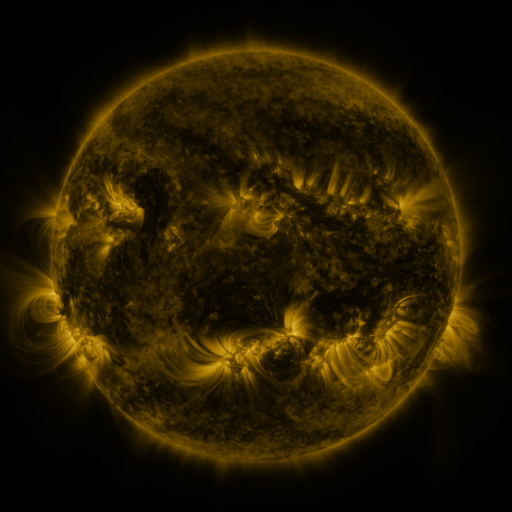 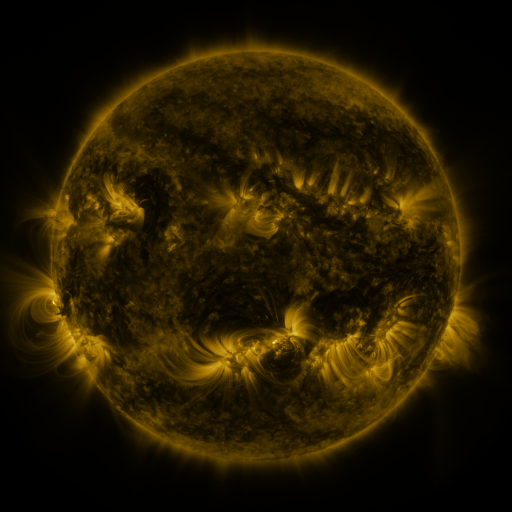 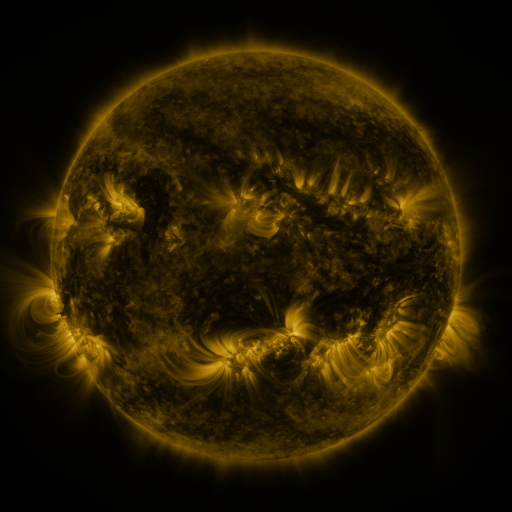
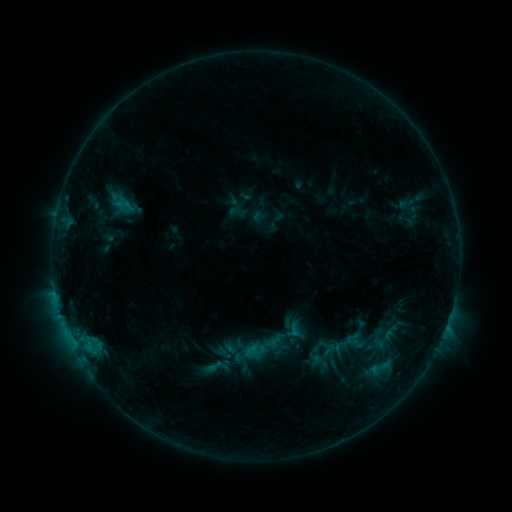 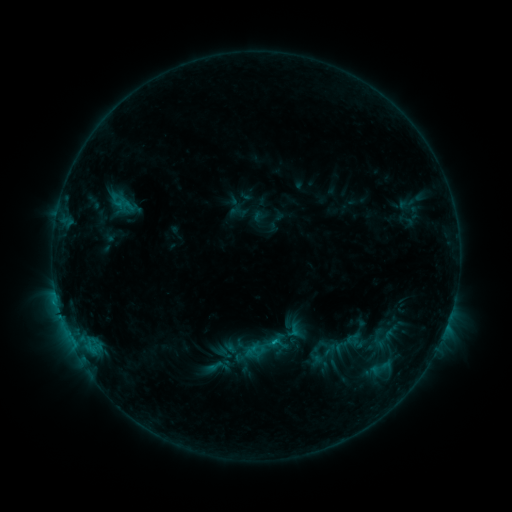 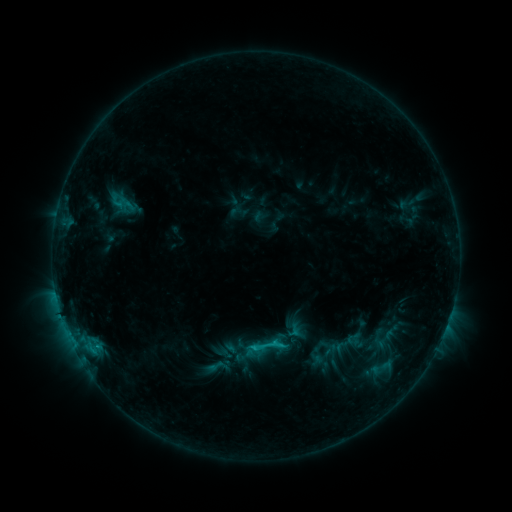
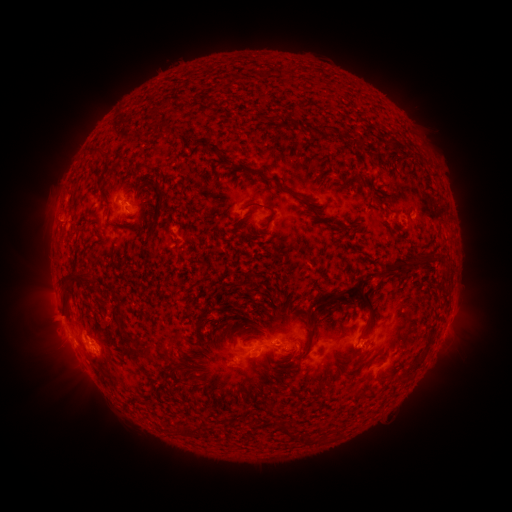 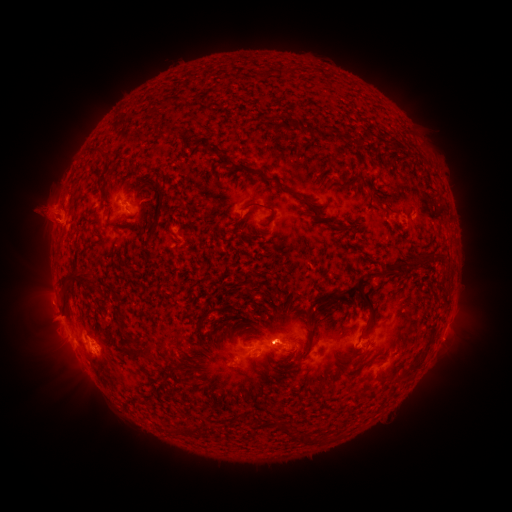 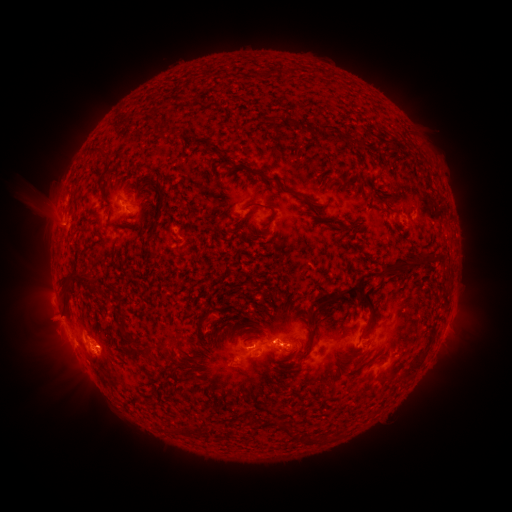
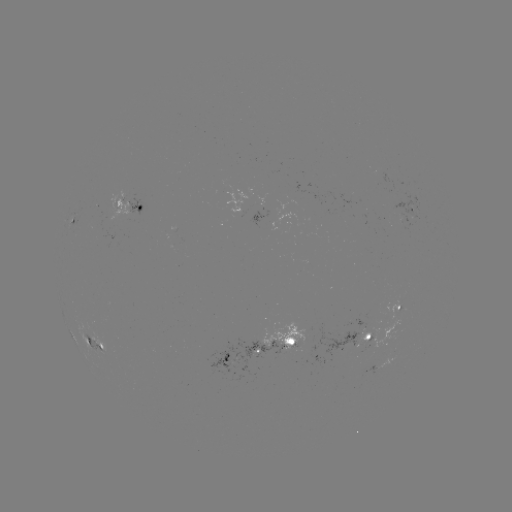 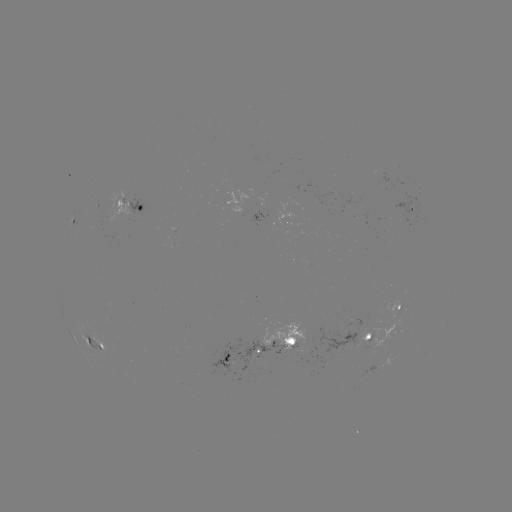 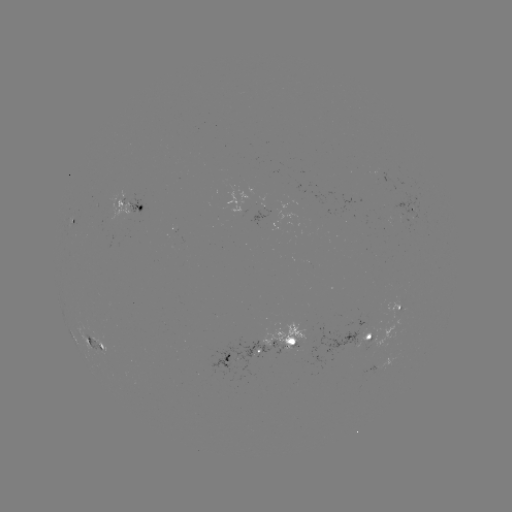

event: eruption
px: (43, 213)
